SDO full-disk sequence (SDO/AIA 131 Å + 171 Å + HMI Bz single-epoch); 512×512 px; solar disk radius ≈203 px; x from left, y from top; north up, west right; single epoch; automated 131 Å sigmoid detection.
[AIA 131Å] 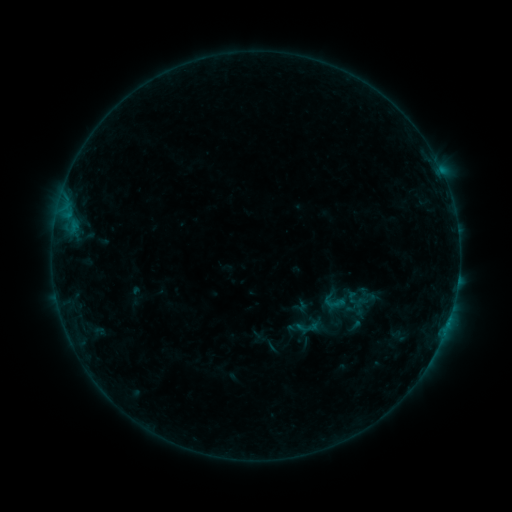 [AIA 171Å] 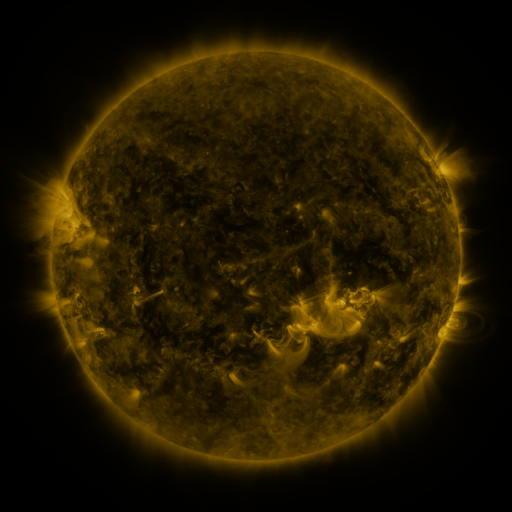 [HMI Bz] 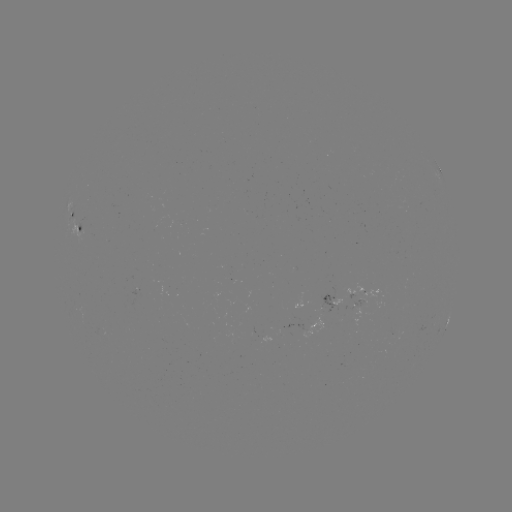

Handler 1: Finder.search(sigmoid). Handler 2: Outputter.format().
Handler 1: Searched sigmoid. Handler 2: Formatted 334,303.